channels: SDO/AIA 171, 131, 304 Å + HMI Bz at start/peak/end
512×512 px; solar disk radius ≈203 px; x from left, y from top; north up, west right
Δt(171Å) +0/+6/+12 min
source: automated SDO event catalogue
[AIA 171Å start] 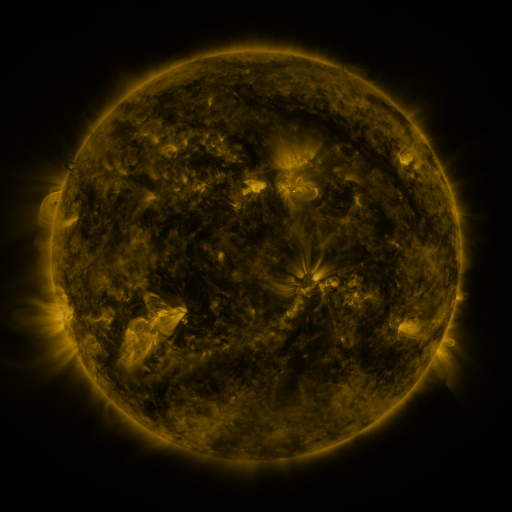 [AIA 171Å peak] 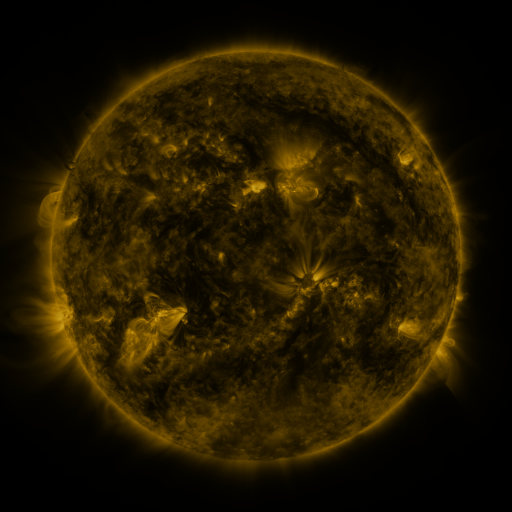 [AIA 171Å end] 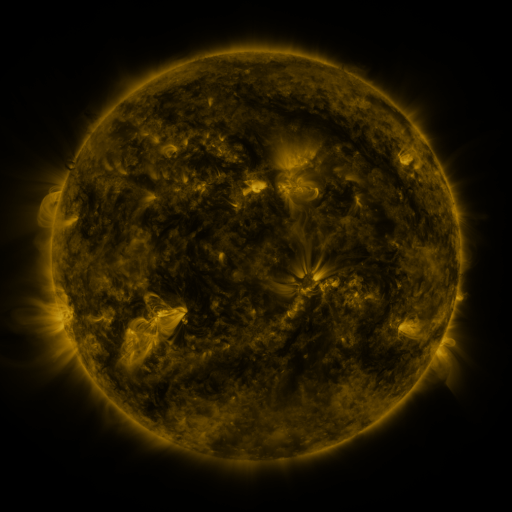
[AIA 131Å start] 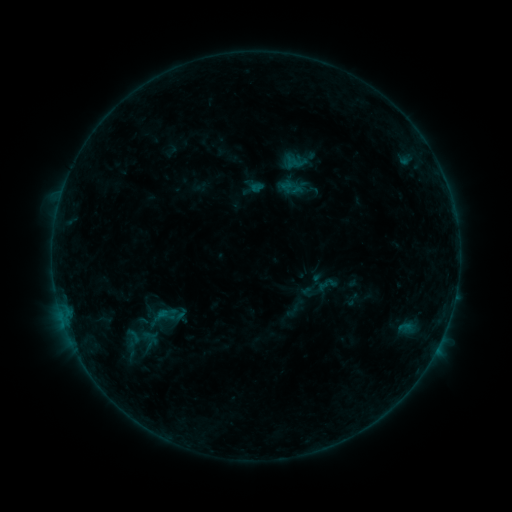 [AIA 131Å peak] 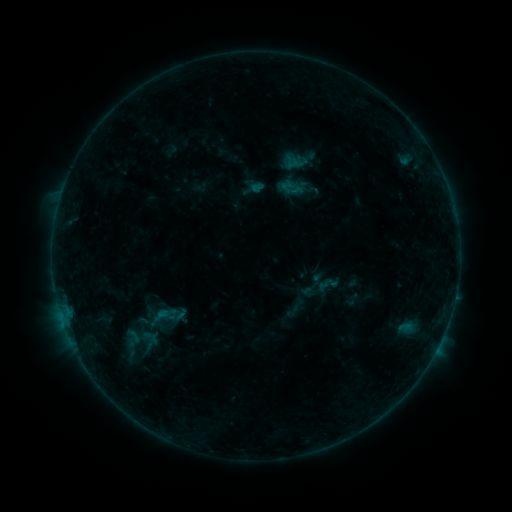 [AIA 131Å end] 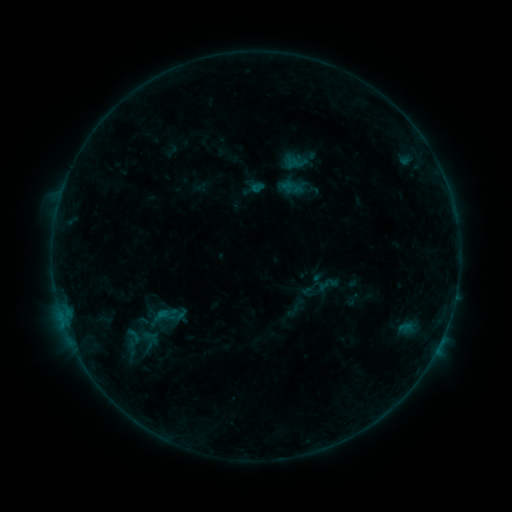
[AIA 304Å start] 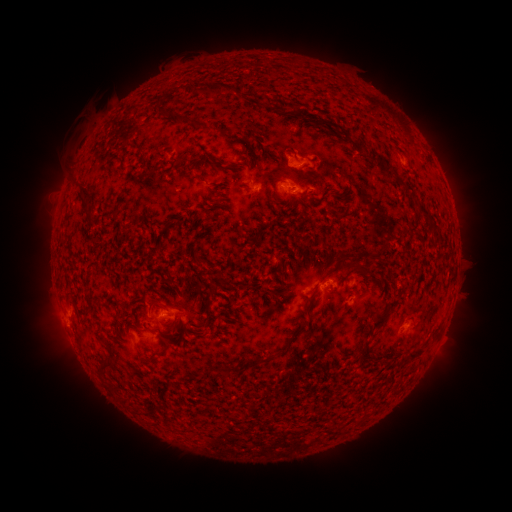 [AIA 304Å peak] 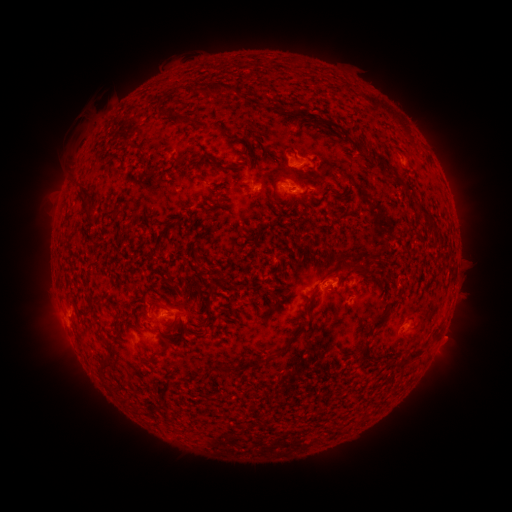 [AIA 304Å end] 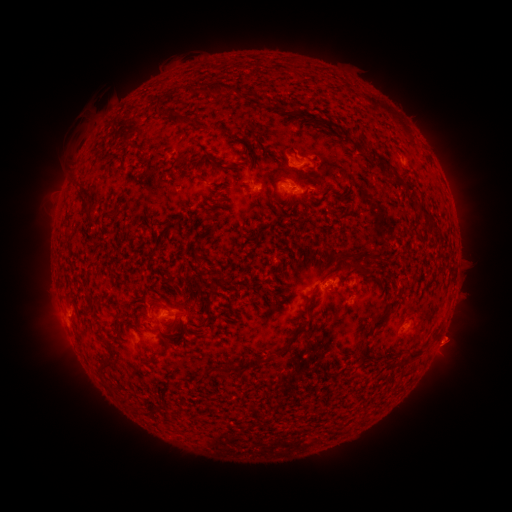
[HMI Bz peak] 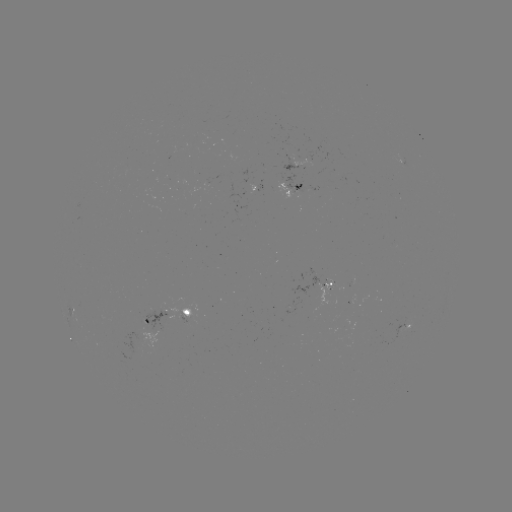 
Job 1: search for eruption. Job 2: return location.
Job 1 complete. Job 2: [452, 340].